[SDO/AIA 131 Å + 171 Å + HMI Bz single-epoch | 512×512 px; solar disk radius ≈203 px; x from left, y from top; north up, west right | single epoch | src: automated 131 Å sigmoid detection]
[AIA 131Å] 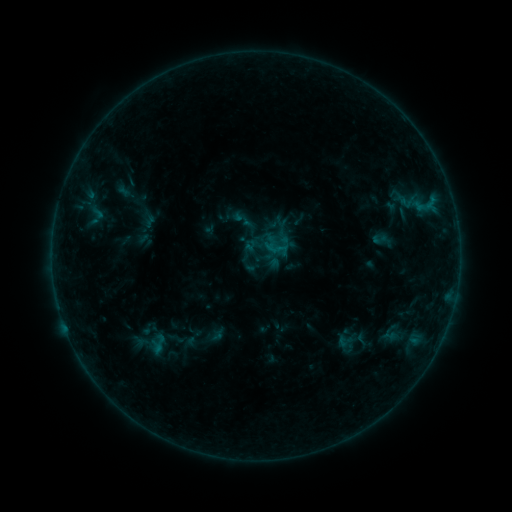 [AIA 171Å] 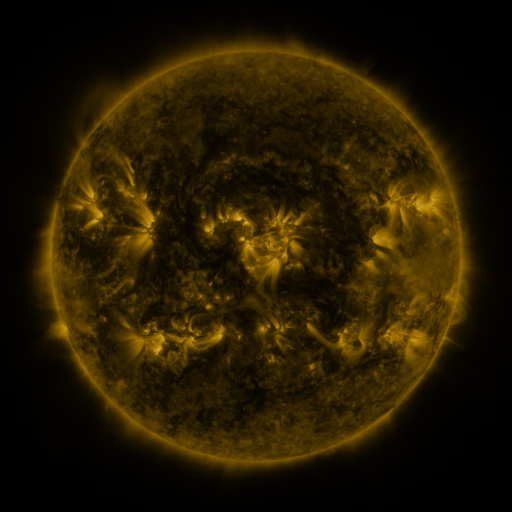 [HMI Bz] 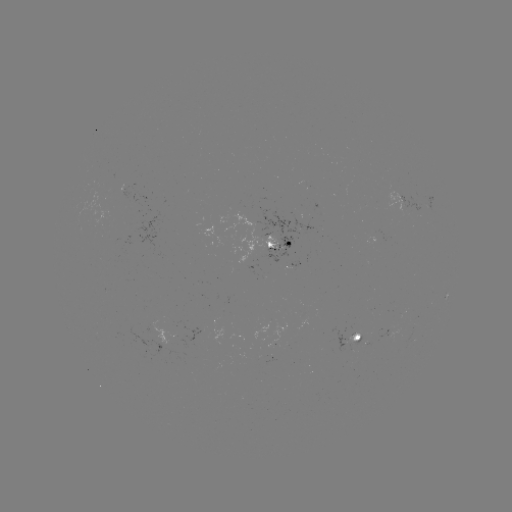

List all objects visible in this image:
sigmoid: (277, 249)
